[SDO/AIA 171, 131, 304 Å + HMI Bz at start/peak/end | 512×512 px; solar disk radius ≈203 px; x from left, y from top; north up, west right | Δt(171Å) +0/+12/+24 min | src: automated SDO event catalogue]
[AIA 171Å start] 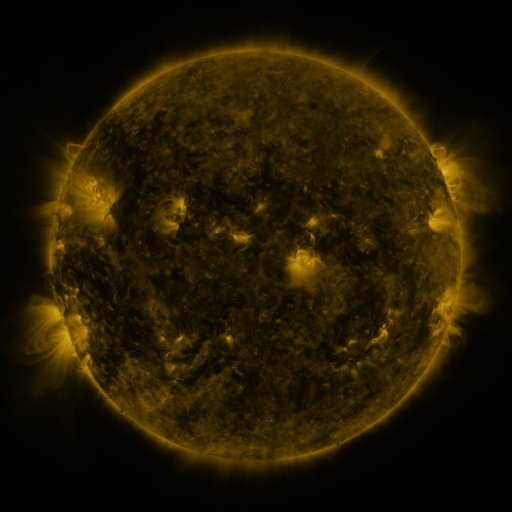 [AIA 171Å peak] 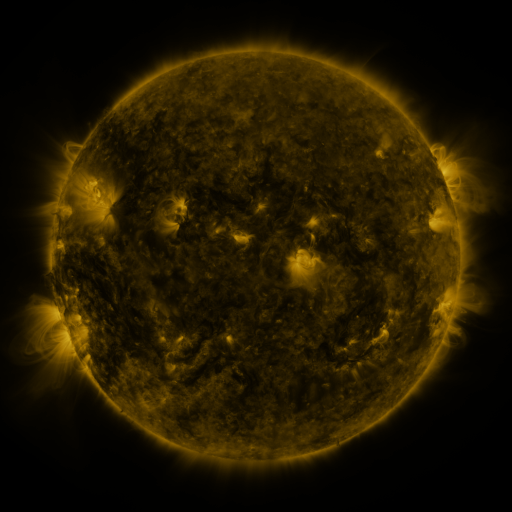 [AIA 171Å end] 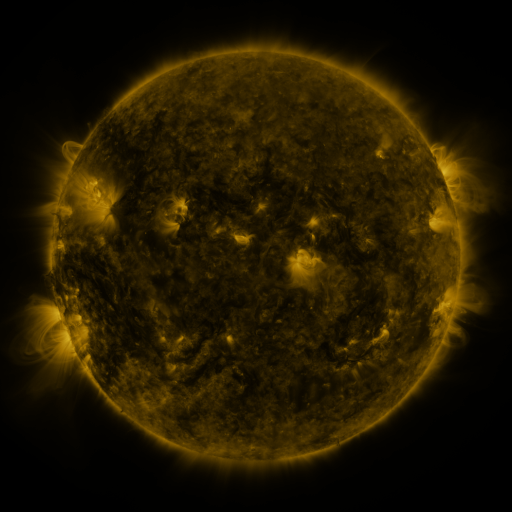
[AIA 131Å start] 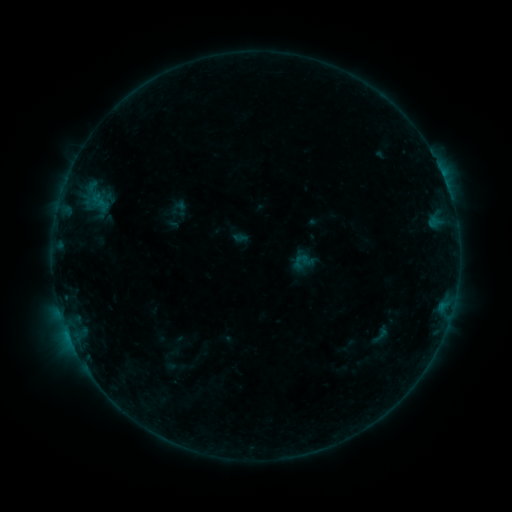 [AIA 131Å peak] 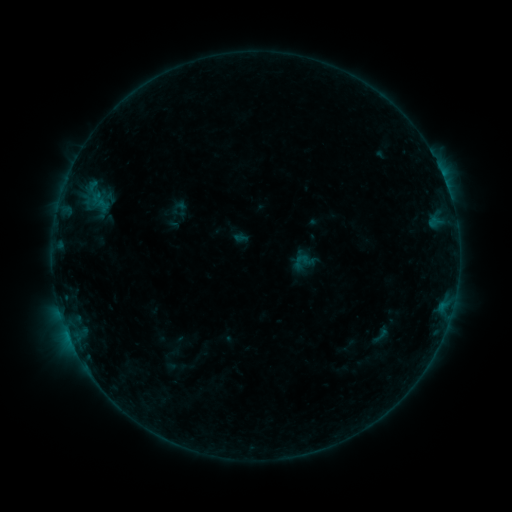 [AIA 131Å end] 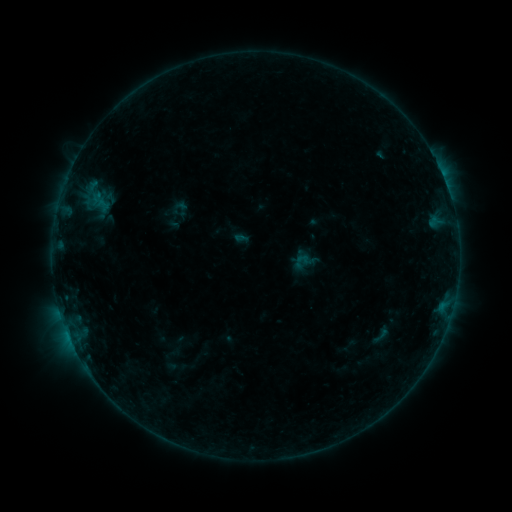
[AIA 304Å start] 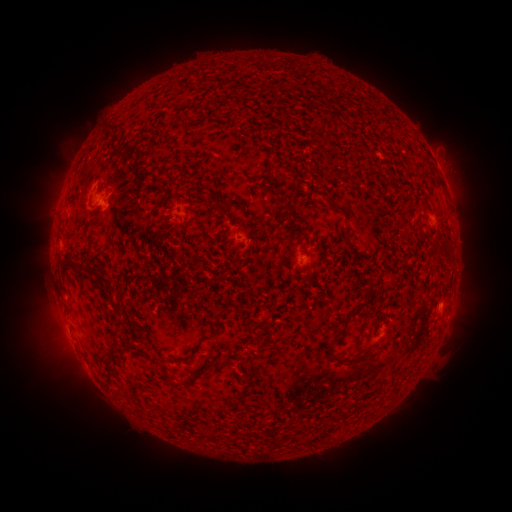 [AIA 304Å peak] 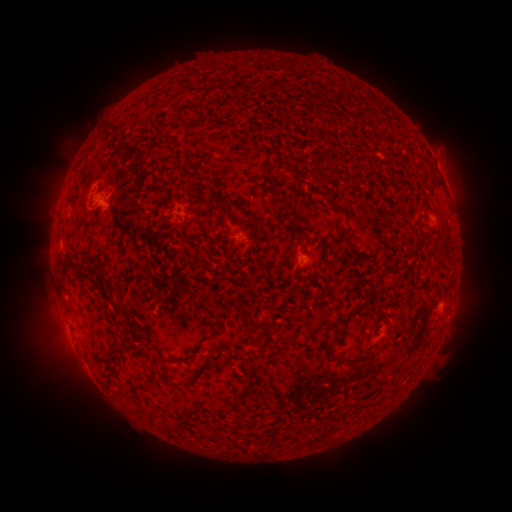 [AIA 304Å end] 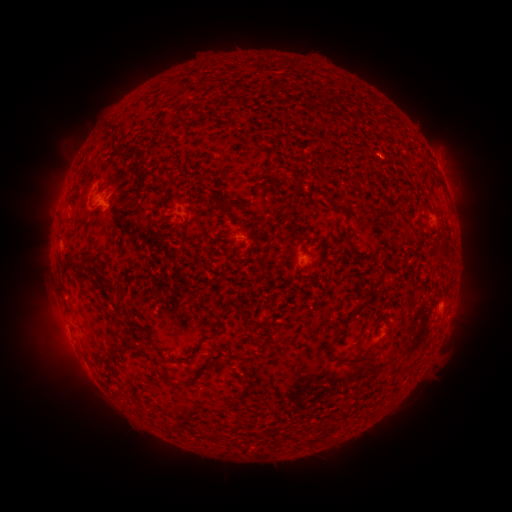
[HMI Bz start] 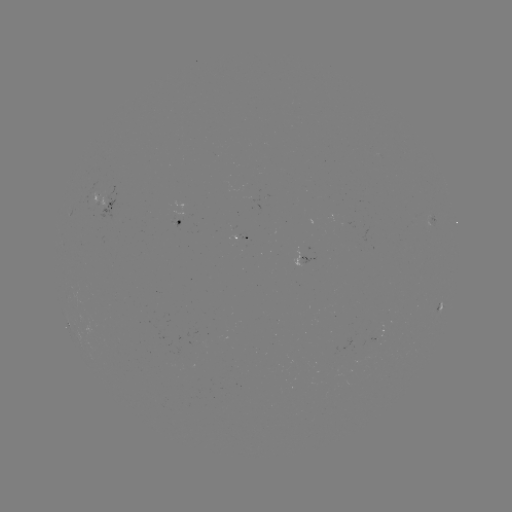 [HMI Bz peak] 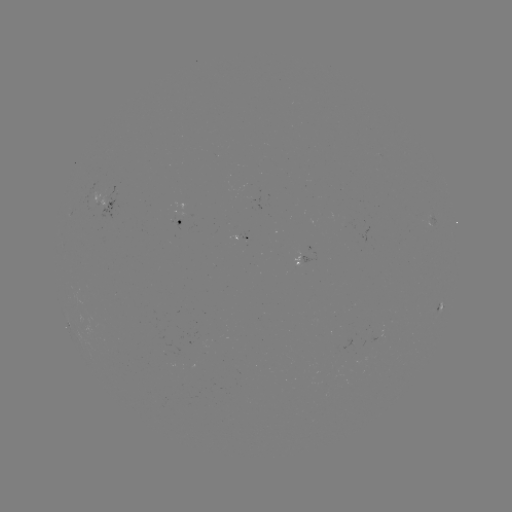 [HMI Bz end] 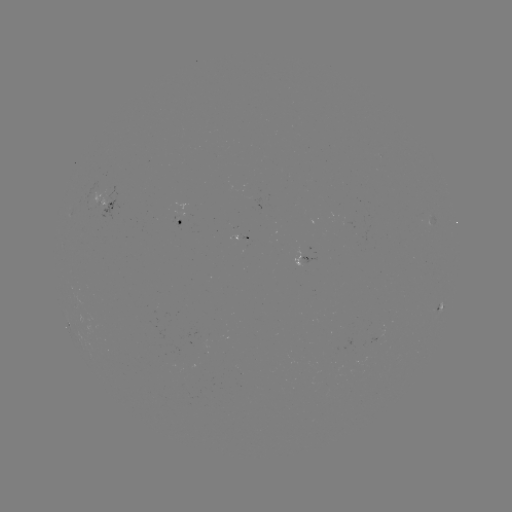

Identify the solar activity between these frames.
no flare in any classed list; no EUV-trigger detection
